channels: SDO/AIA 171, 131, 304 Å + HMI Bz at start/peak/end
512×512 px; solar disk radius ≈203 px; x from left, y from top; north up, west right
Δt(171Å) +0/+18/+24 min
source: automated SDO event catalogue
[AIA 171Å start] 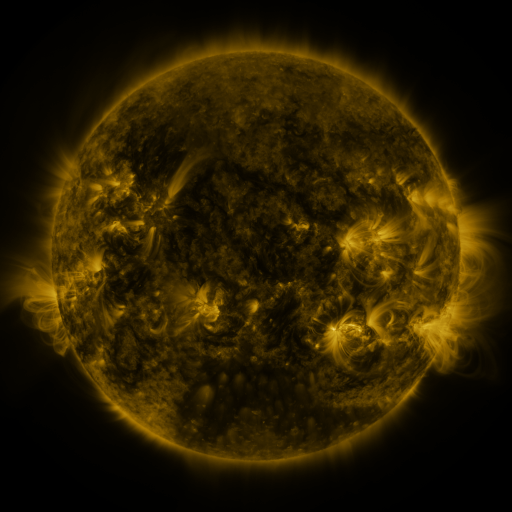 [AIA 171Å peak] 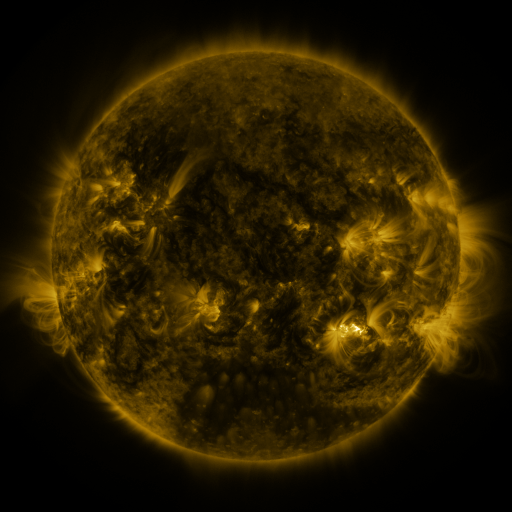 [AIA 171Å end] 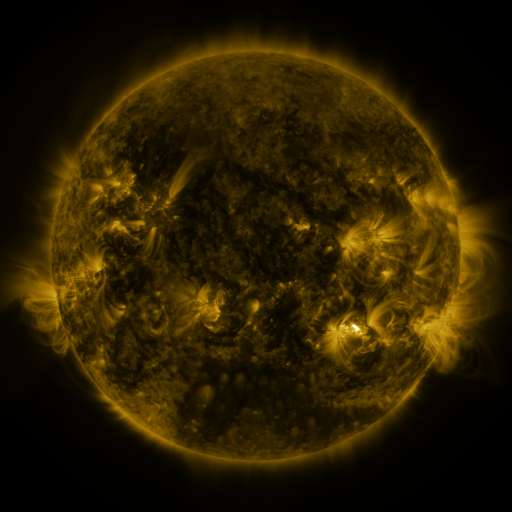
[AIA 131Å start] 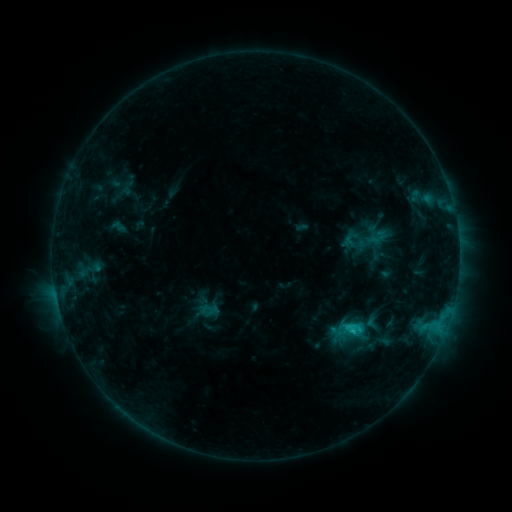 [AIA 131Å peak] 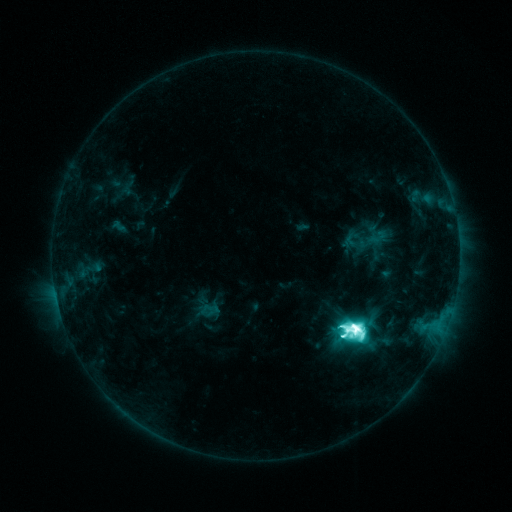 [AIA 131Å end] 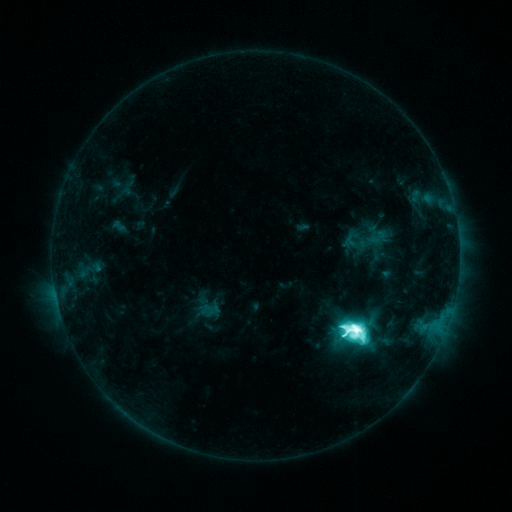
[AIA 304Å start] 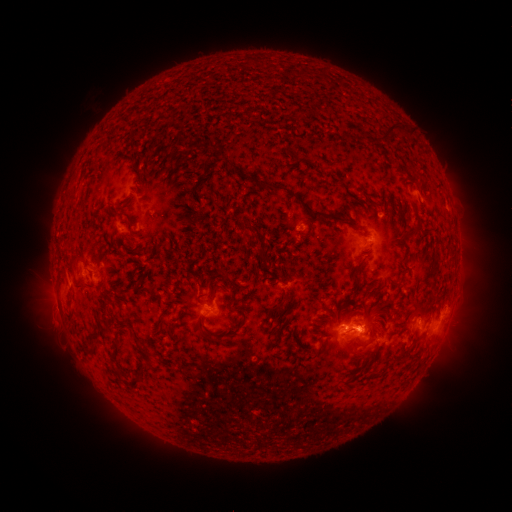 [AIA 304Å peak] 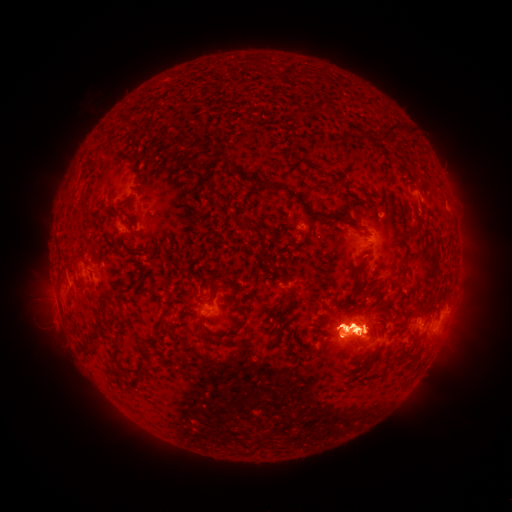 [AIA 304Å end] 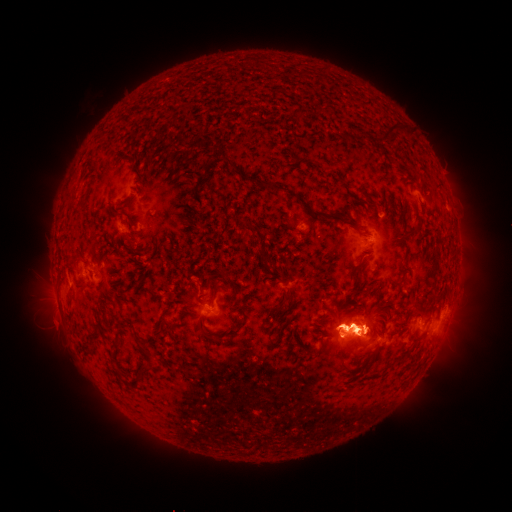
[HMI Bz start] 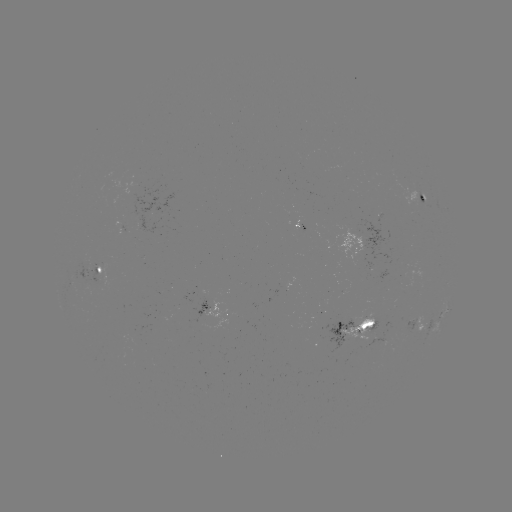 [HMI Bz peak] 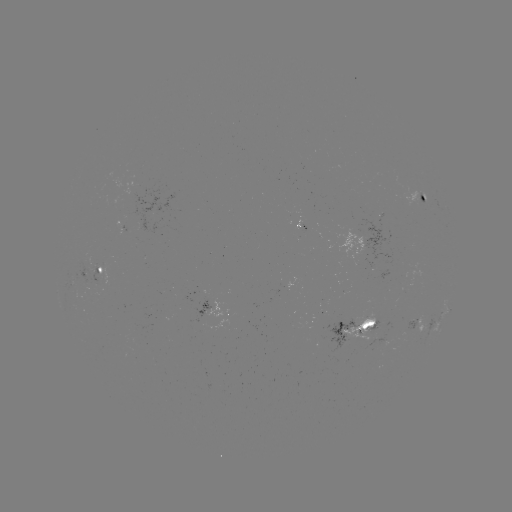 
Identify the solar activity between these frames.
M6.1 flare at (354, 327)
